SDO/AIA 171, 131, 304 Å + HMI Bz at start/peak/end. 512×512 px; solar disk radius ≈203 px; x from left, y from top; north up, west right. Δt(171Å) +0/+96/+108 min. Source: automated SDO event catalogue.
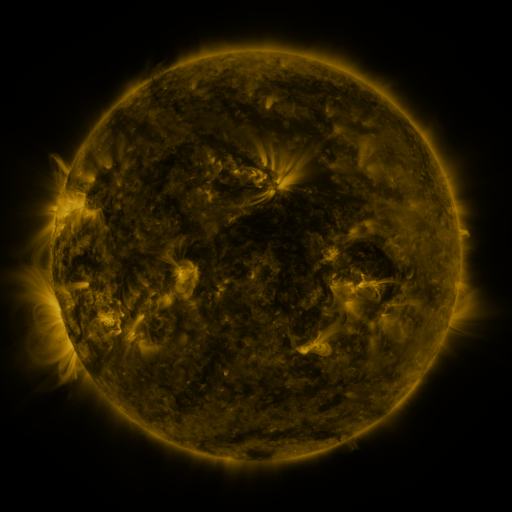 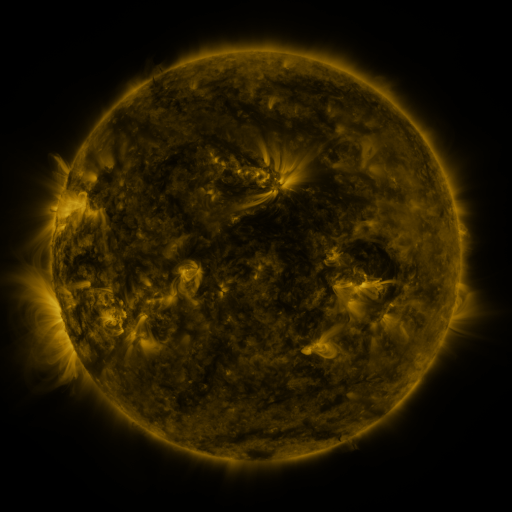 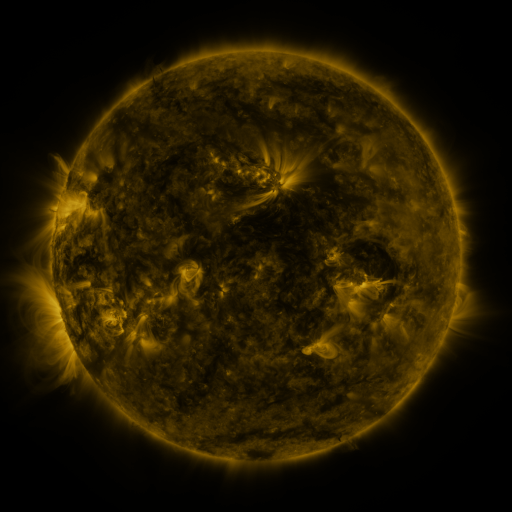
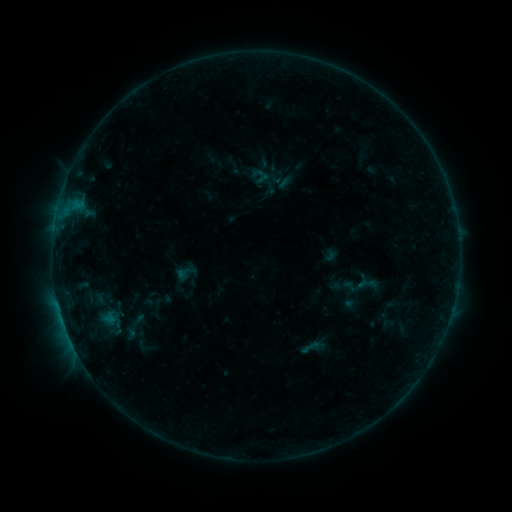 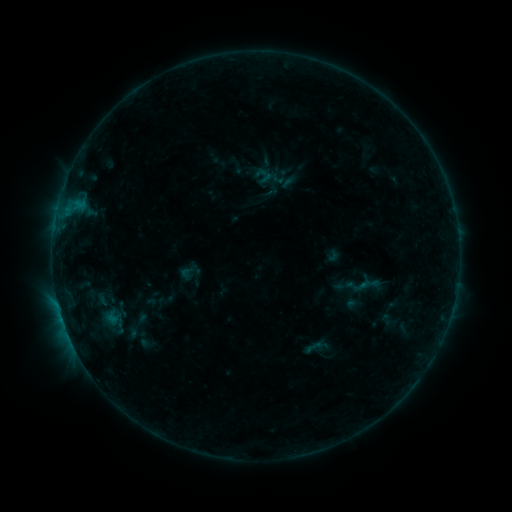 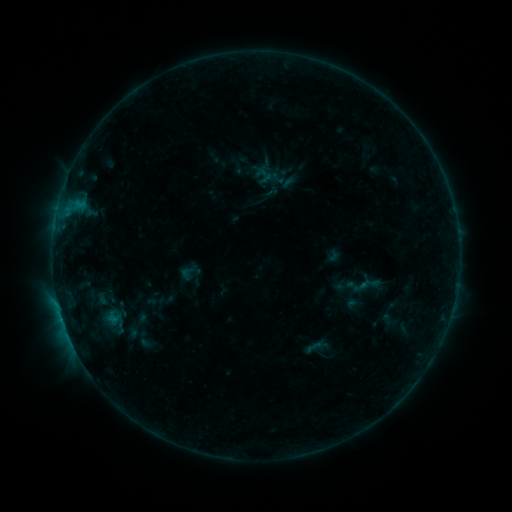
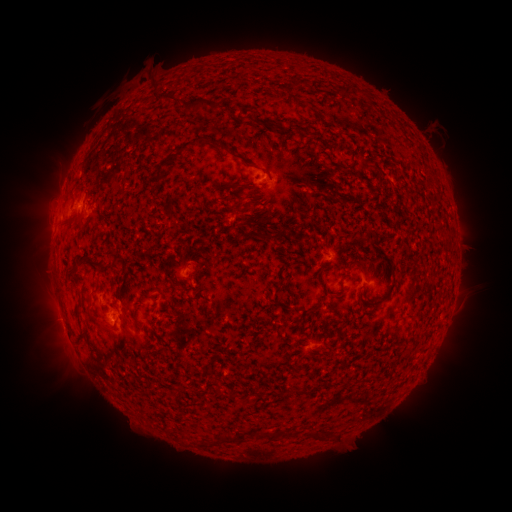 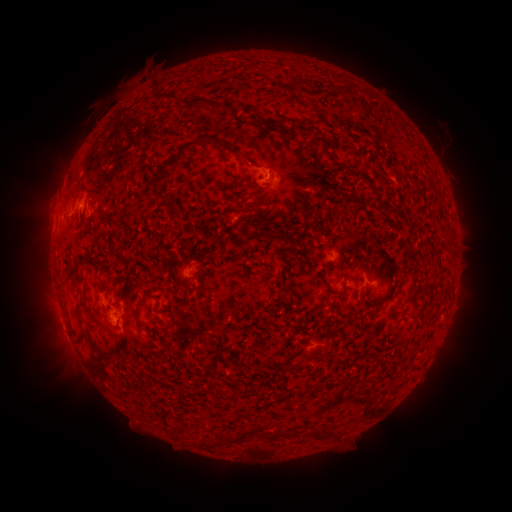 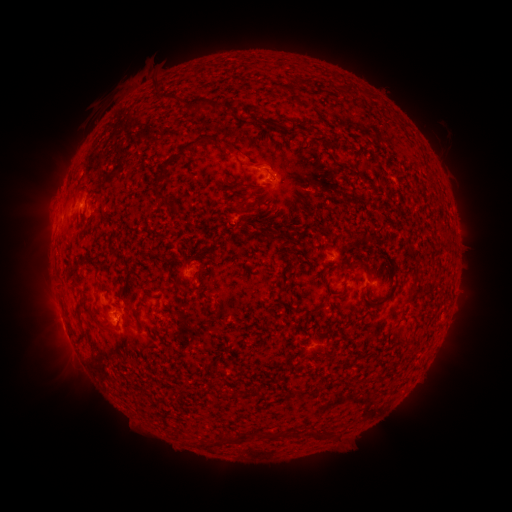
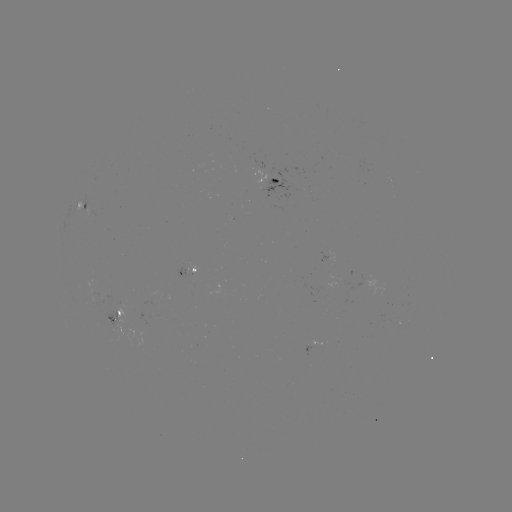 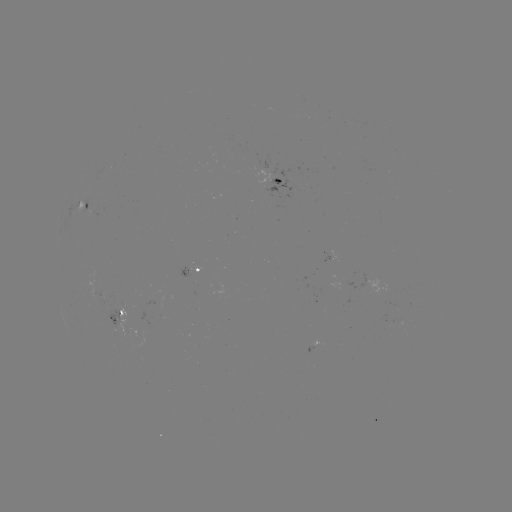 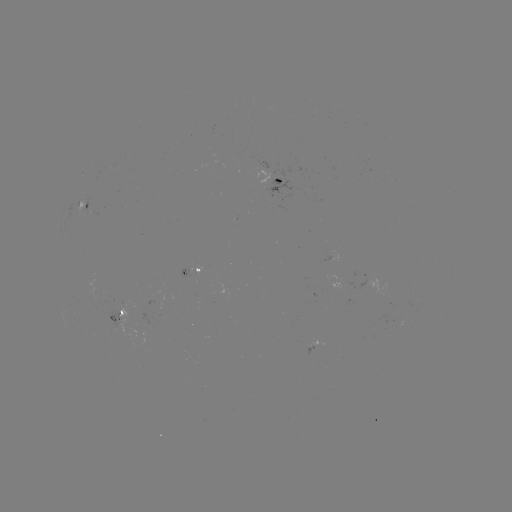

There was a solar emerging-flux region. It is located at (98, 299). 